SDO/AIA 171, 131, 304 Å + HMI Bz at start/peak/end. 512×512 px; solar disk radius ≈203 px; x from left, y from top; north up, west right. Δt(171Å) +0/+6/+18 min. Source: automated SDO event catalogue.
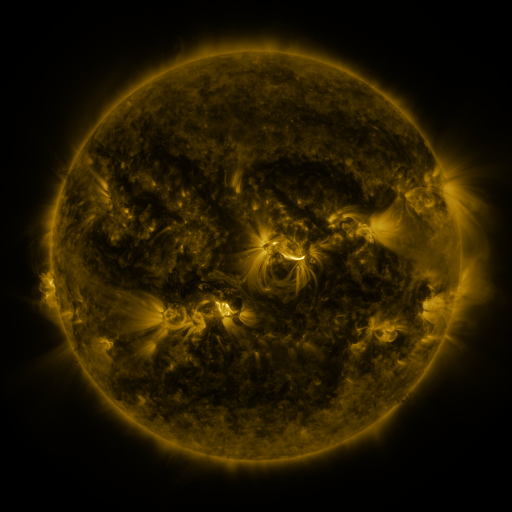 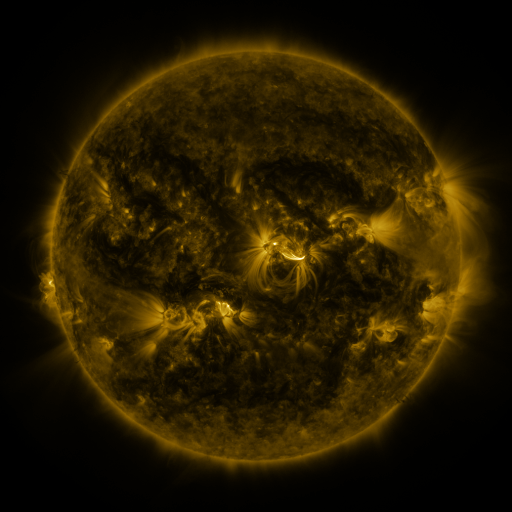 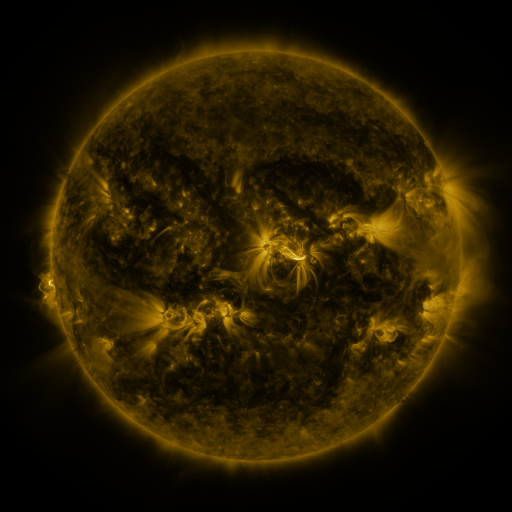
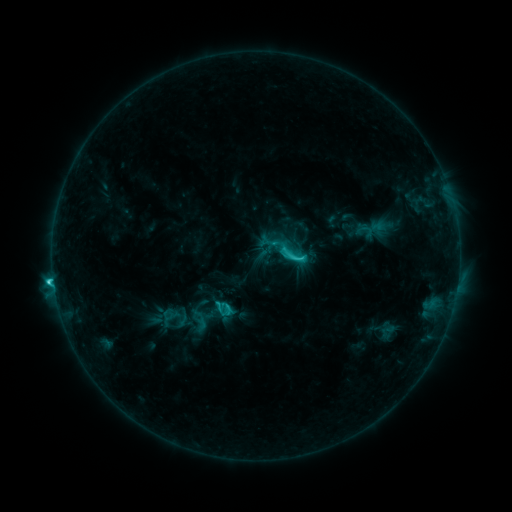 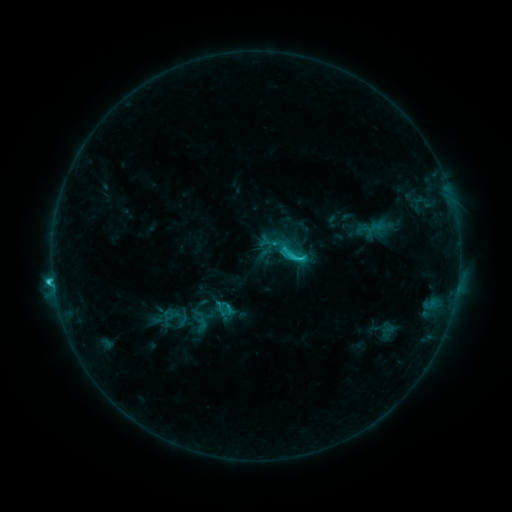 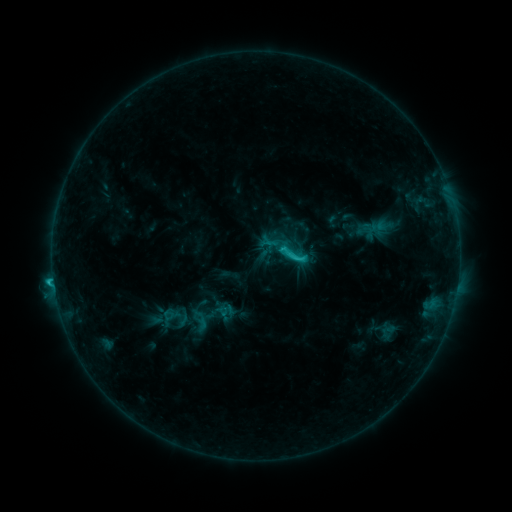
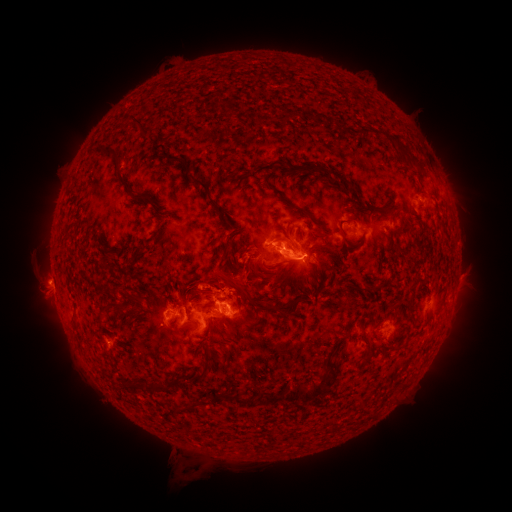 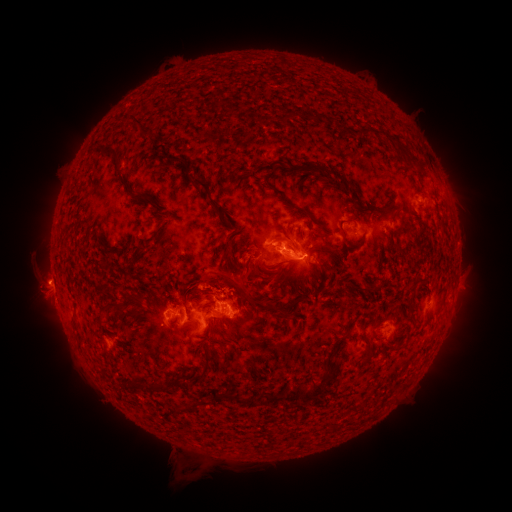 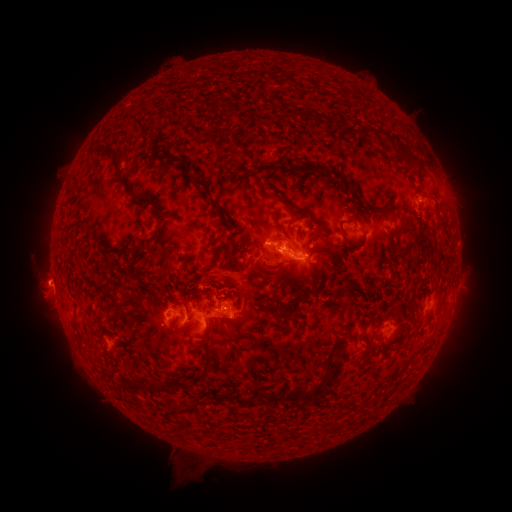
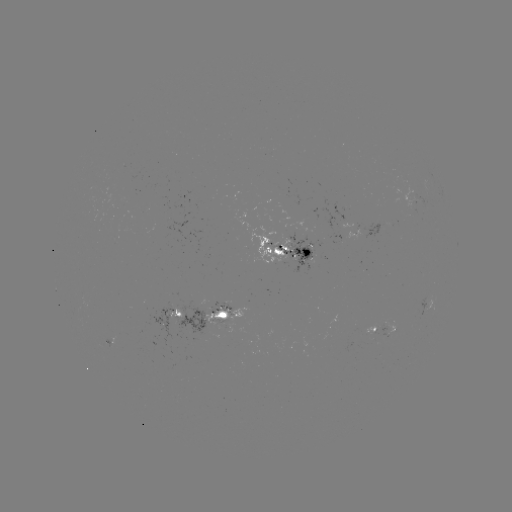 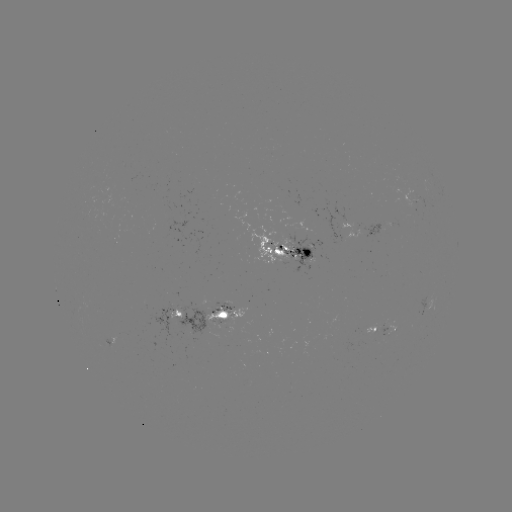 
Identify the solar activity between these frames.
eruption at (226, 273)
